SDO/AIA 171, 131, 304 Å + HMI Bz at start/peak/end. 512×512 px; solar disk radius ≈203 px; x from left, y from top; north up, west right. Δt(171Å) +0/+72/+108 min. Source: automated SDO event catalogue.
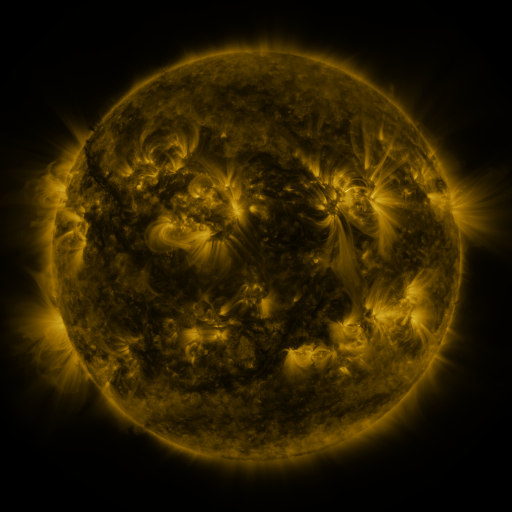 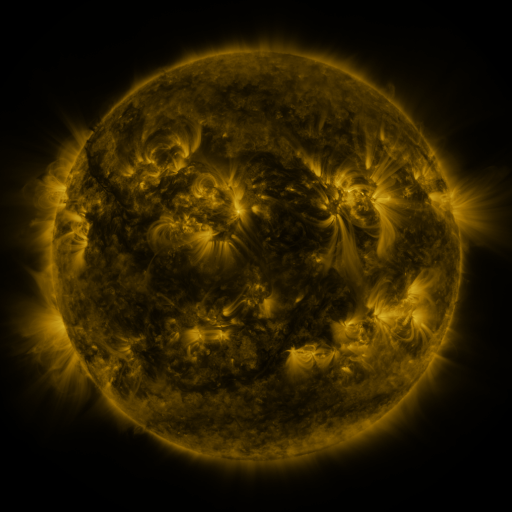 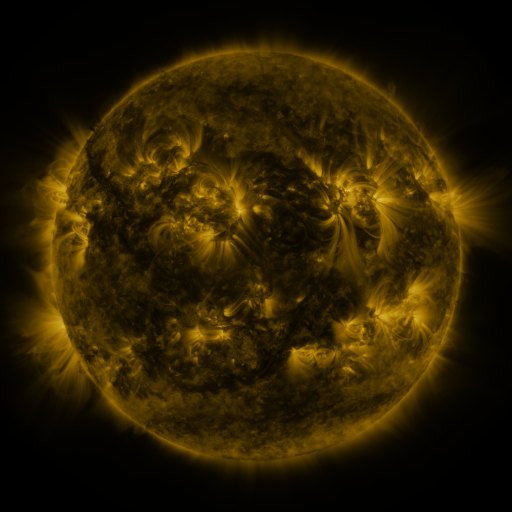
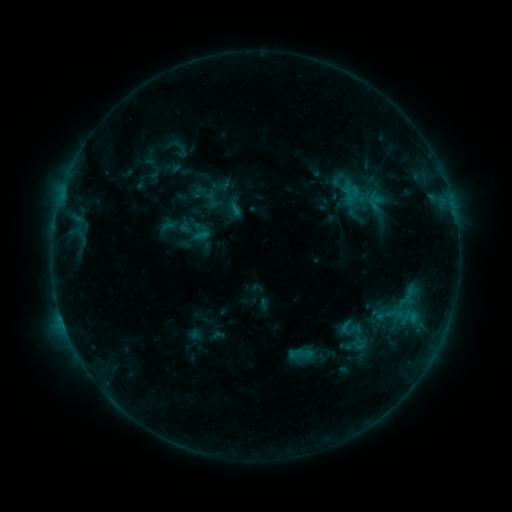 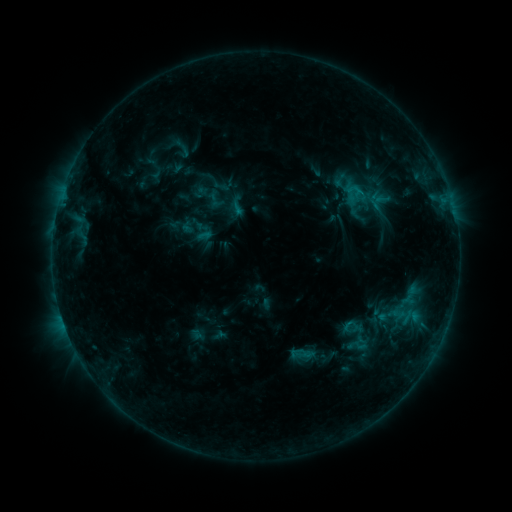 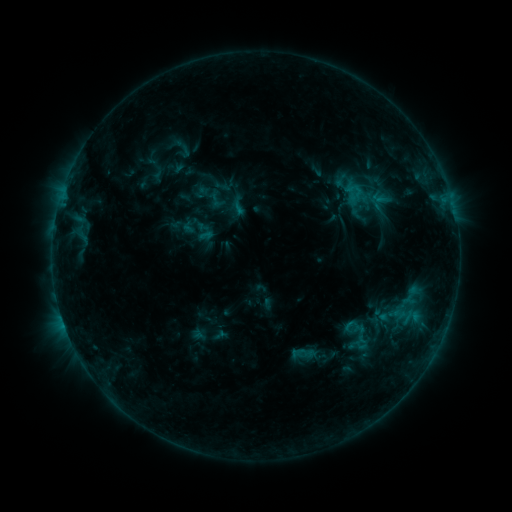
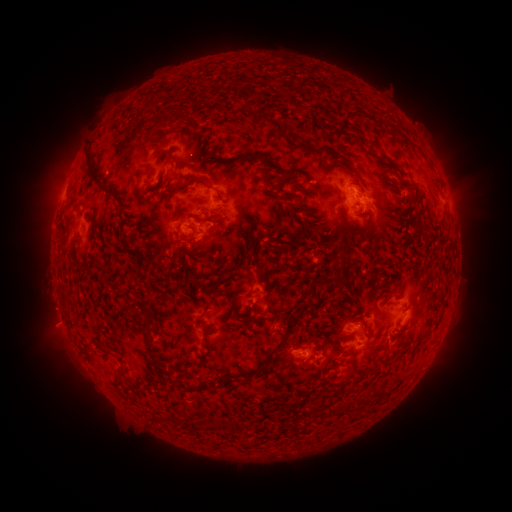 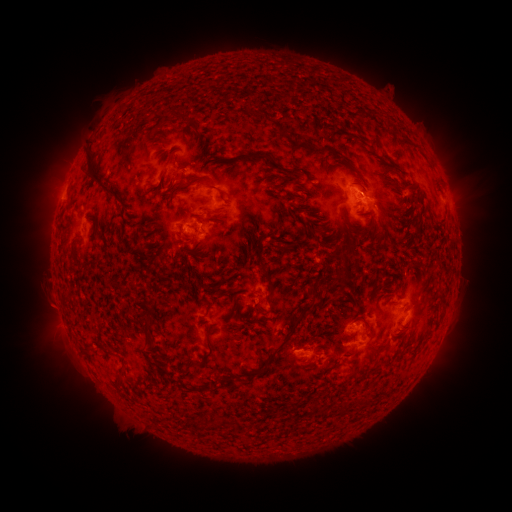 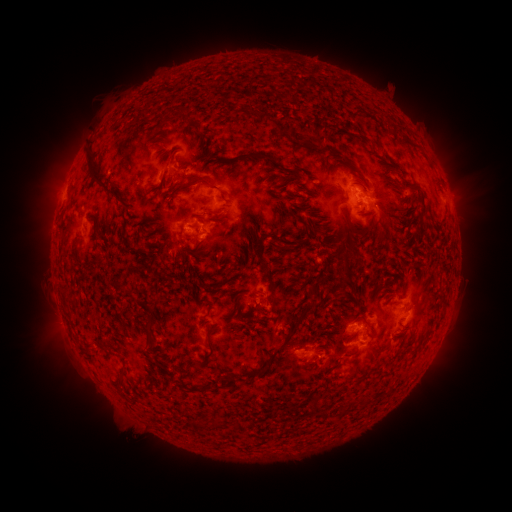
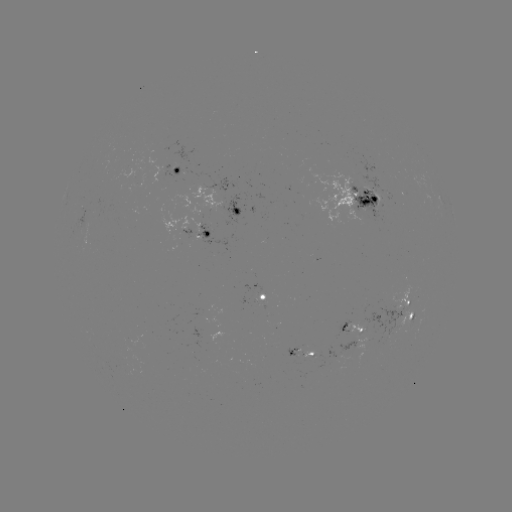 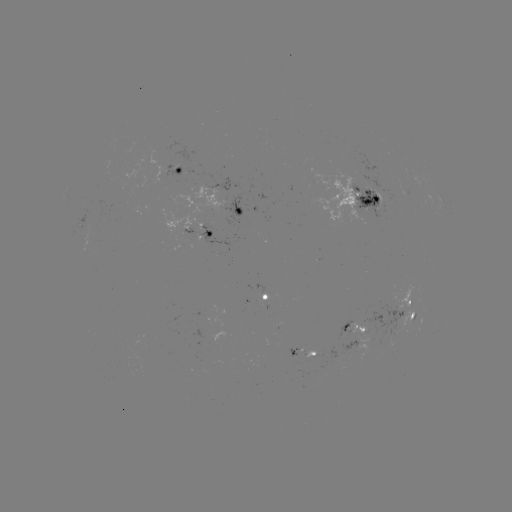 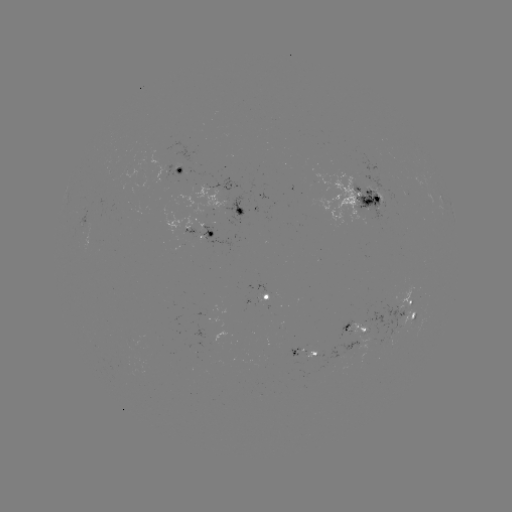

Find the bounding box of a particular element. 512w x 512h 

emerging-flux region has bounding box [393, 285, 413, 311].